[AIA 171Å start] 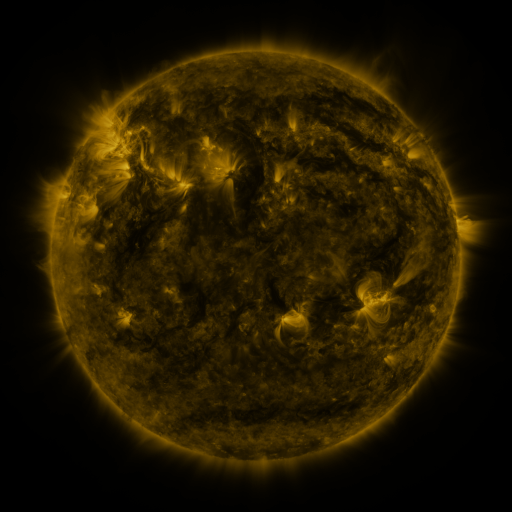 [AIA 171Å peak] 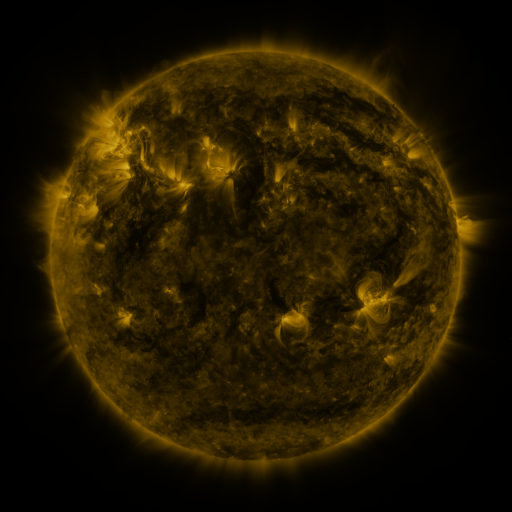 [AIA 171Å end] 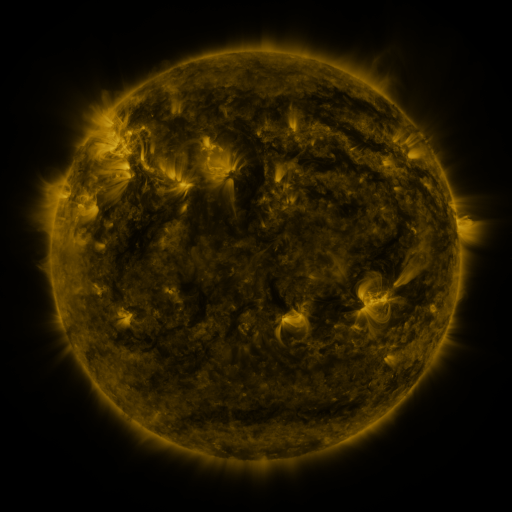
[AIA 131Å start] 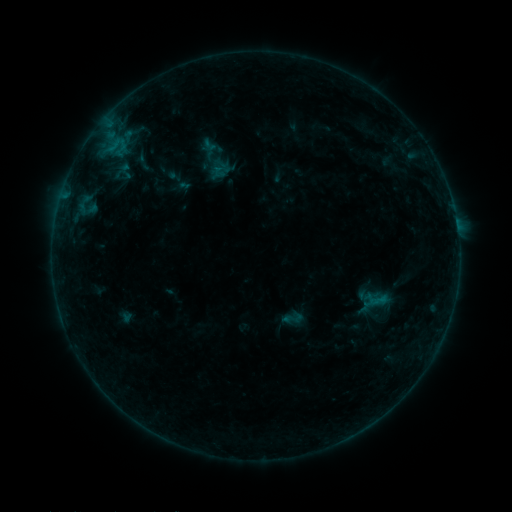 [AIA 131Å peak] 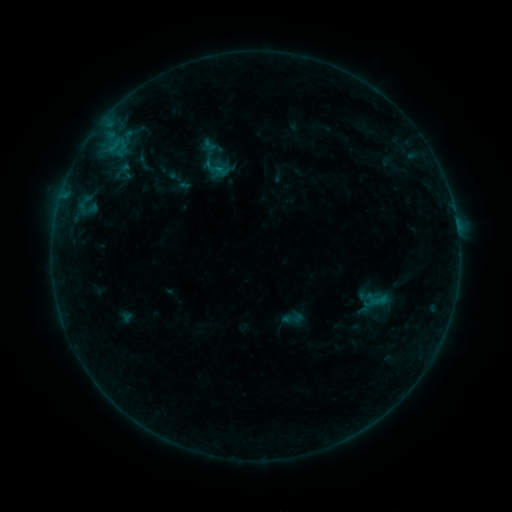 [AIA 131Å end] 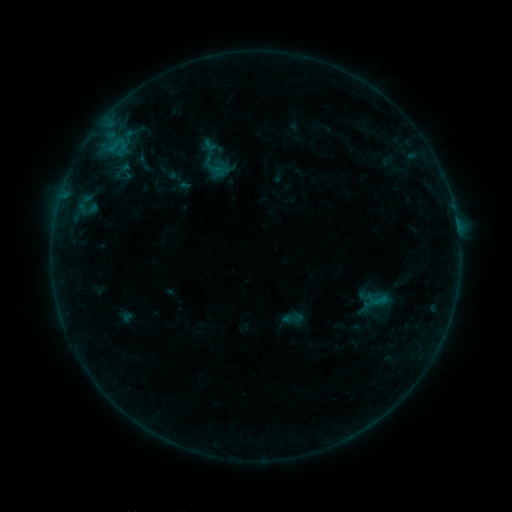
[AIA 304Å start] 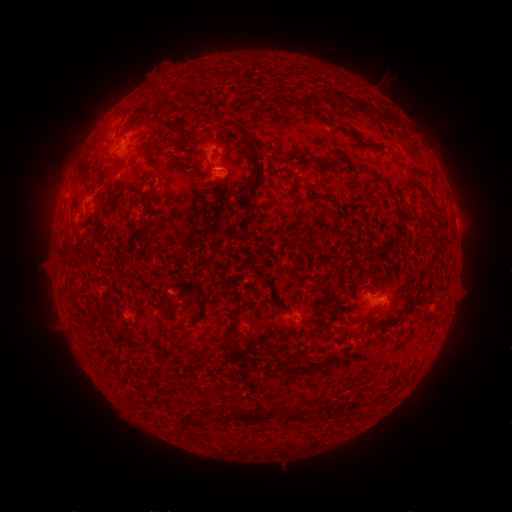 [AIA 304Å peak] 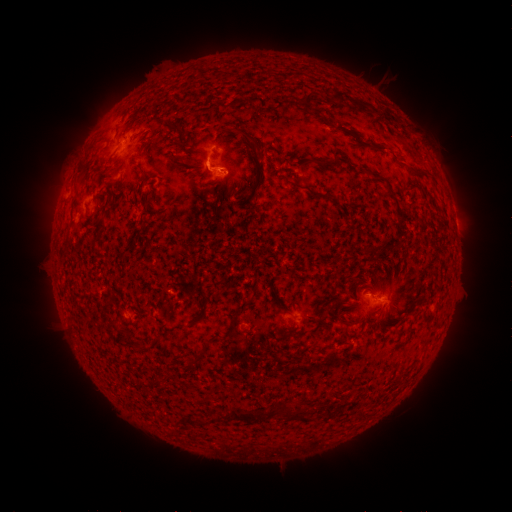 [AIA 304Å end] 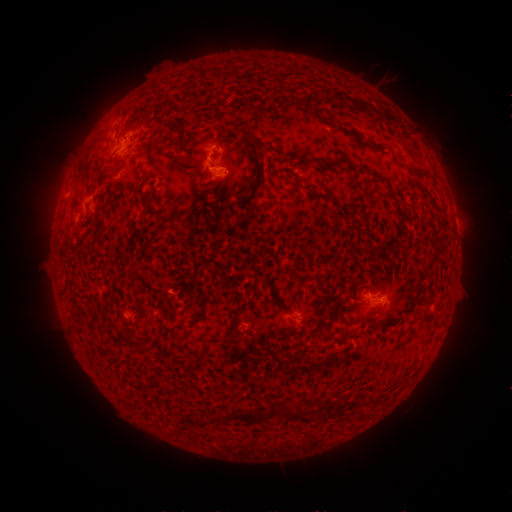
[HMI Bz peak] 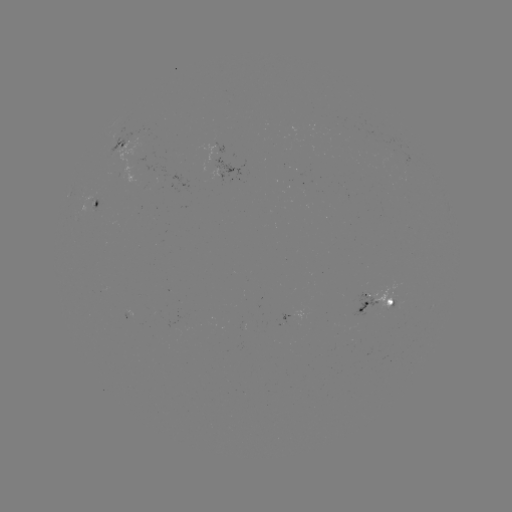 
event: eruption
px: (199, 167)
